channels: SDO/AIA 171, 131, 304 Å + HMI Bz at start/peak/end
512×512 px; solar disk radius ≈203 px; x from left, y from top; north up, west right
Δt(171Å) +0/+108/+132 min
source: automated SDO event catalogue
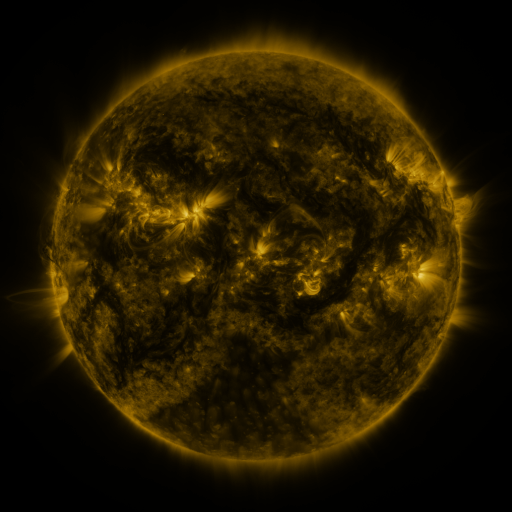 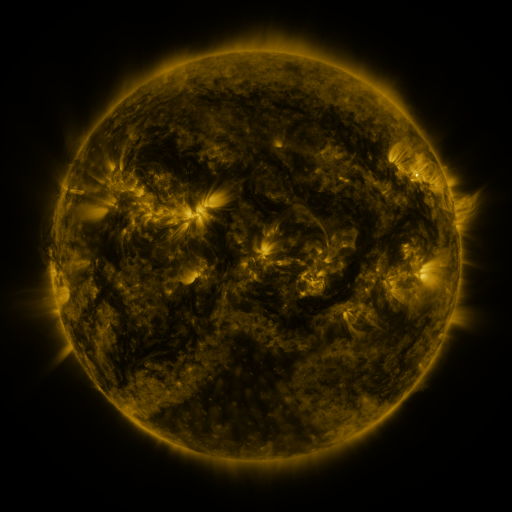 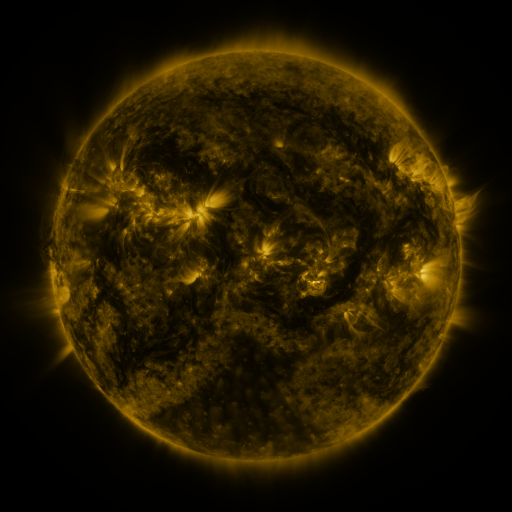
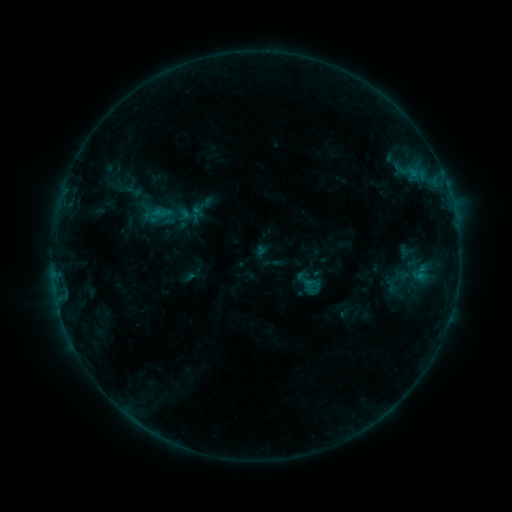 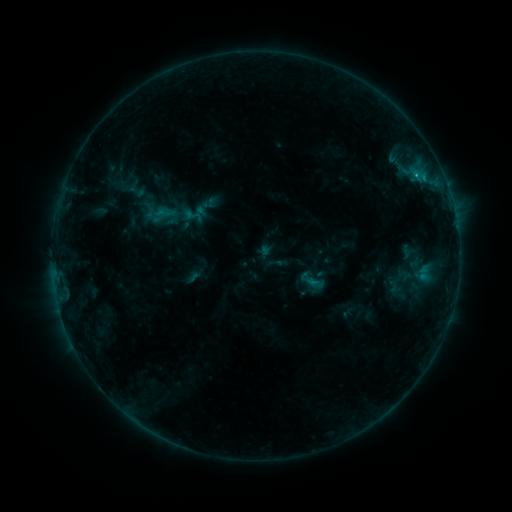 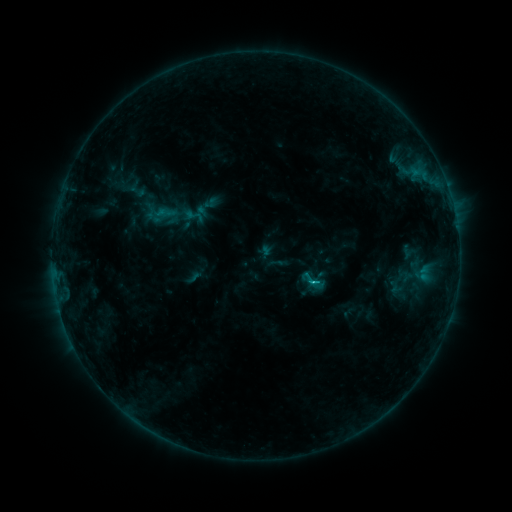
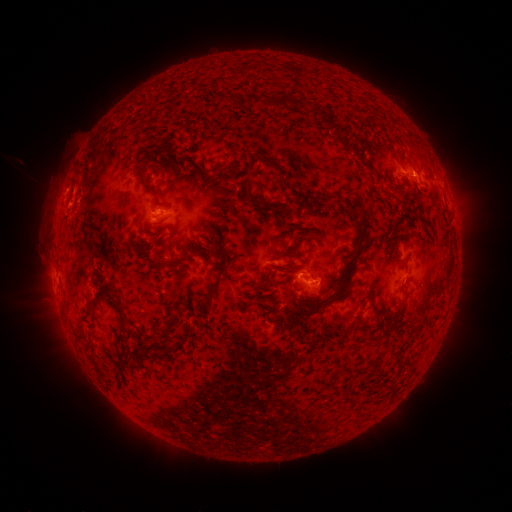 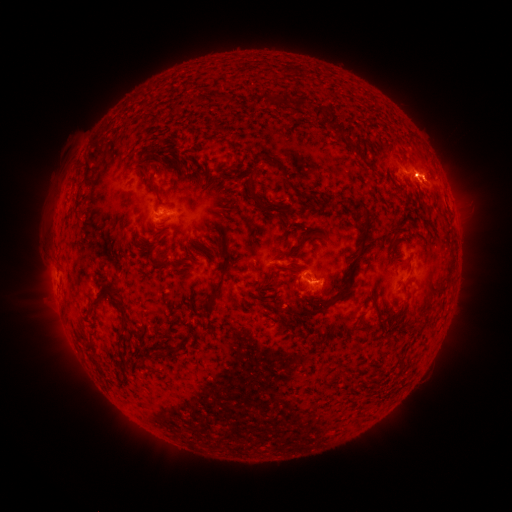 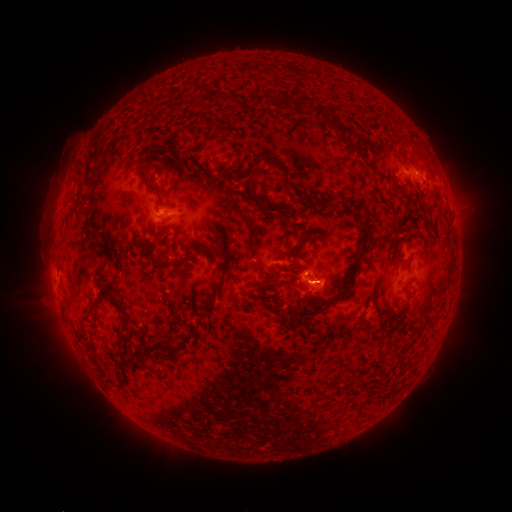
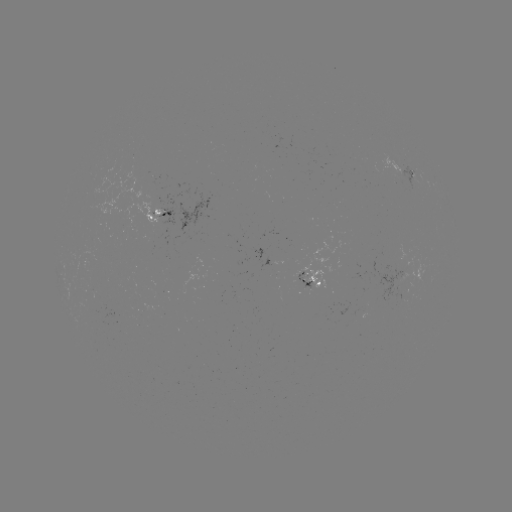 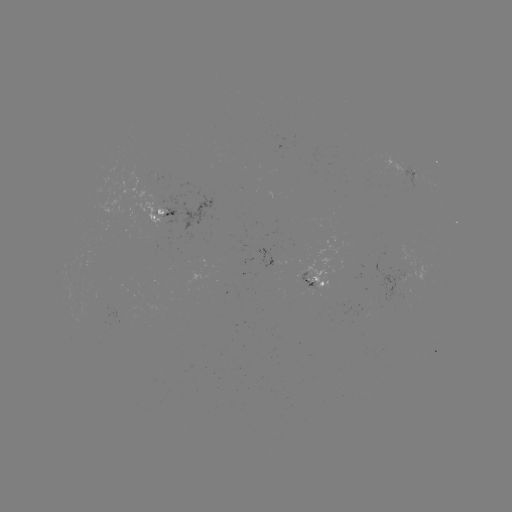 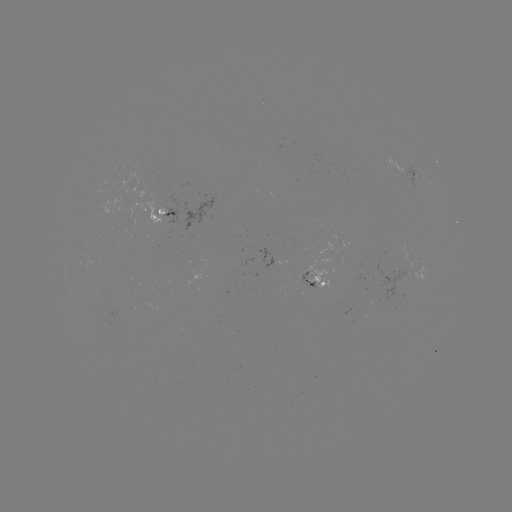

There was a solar emerging-flux region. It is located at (399, 166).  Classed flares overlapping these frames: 1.